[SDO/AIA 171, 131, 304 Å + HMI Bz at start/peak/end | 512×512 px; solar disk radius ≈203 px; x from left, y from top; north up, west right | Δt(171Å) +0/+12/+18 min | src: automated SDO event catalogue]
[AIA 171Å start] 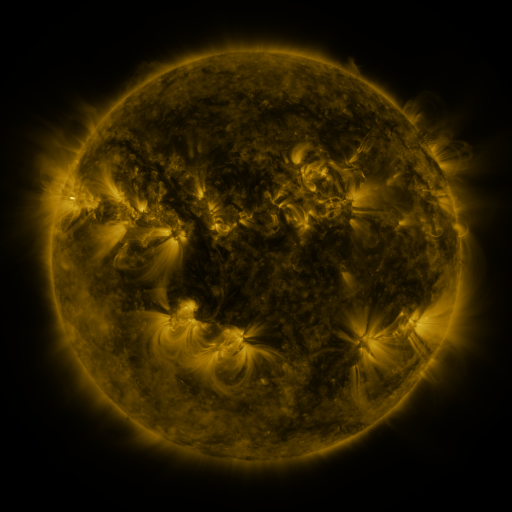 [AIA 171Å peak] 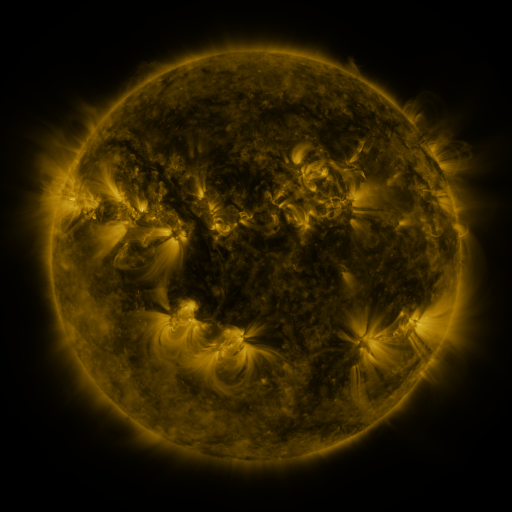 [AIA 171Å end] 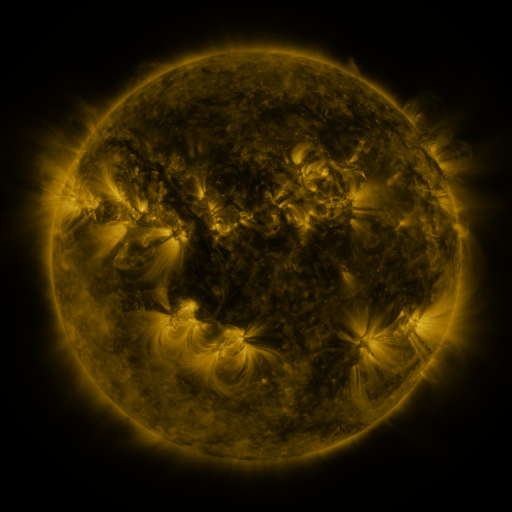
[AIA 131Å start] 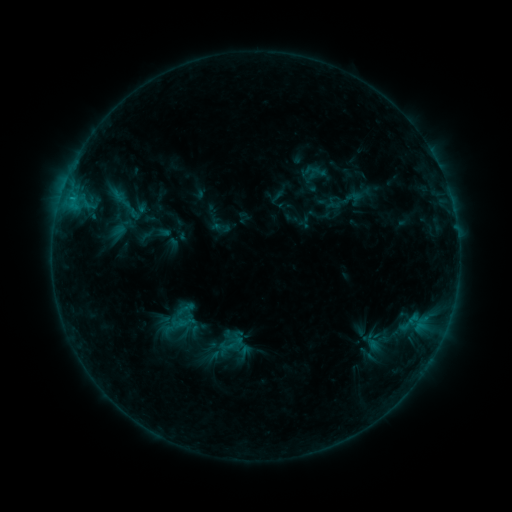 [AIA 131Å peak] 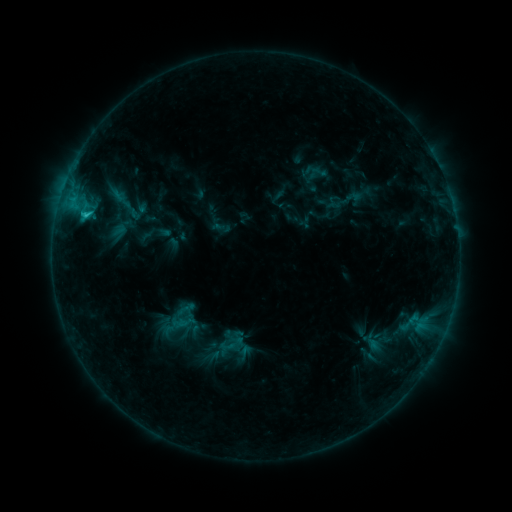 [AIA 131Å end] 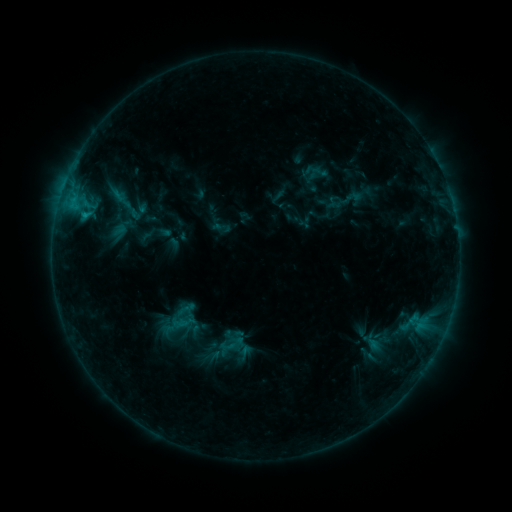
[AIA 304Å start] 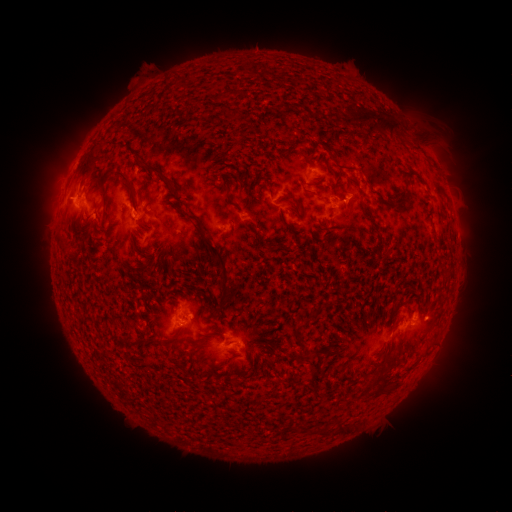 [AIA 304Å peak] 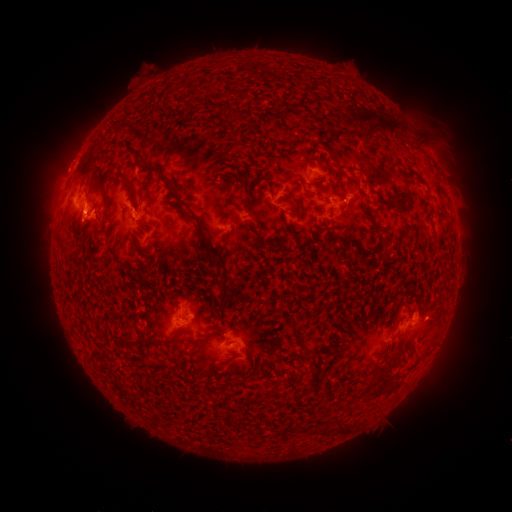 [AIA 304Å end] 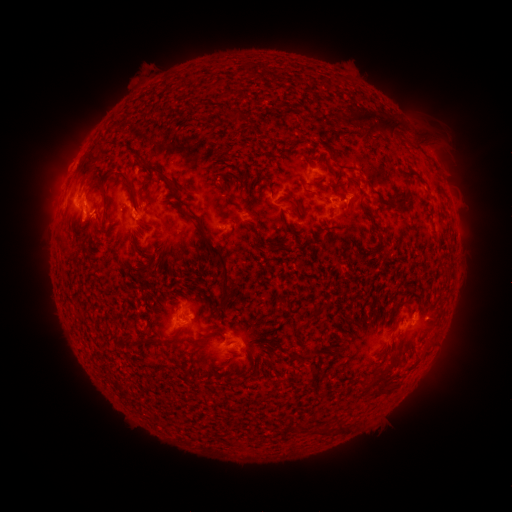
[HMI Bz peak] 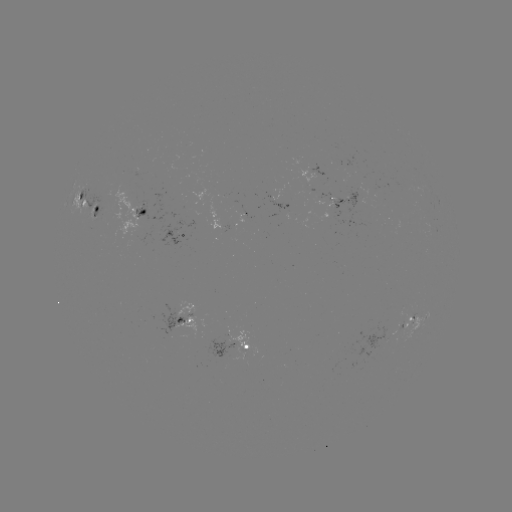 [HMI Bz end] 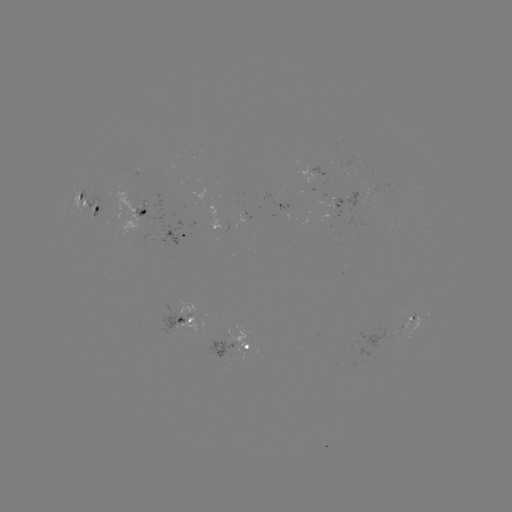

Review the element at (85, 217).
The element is C1.3 flare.